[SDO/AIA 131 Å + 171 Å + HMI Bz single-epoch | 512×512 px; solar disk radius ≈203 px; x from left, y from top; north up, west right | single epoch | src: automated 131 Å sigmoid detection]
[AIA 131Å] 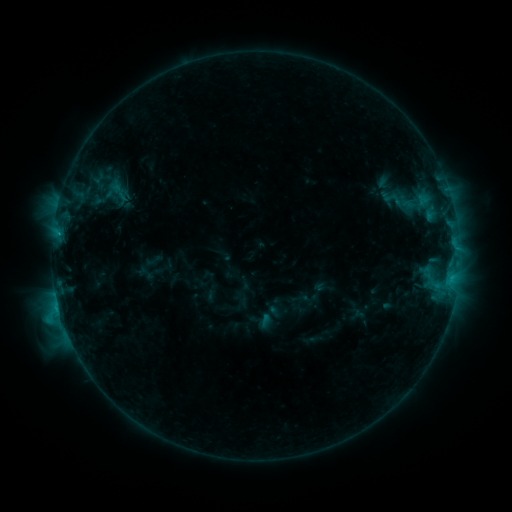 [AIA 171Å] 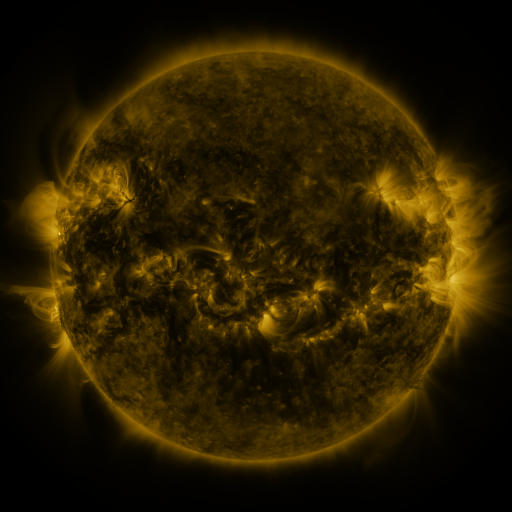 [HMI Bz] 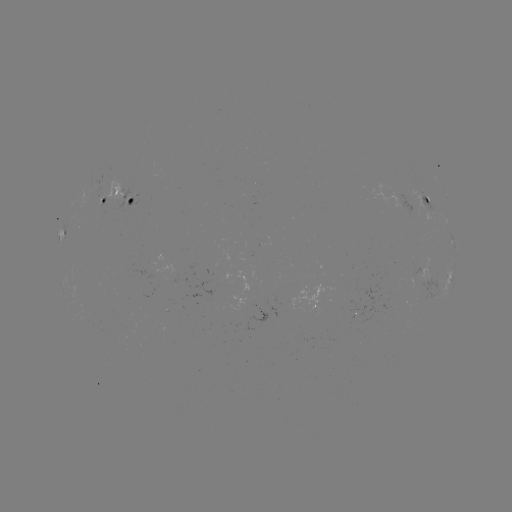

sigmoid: (375, 183, 407, 213)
